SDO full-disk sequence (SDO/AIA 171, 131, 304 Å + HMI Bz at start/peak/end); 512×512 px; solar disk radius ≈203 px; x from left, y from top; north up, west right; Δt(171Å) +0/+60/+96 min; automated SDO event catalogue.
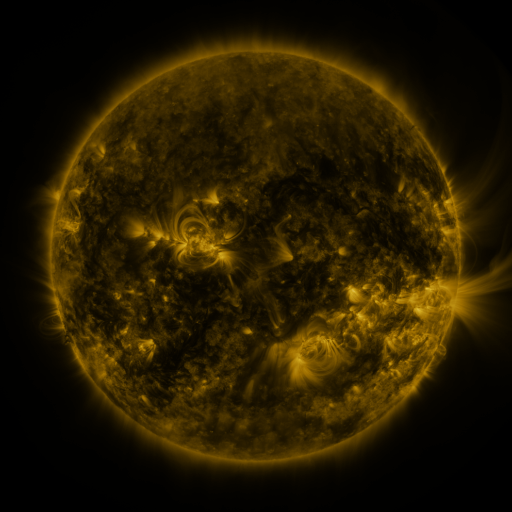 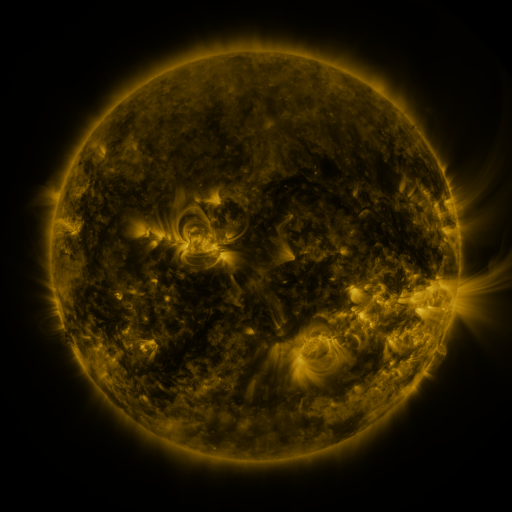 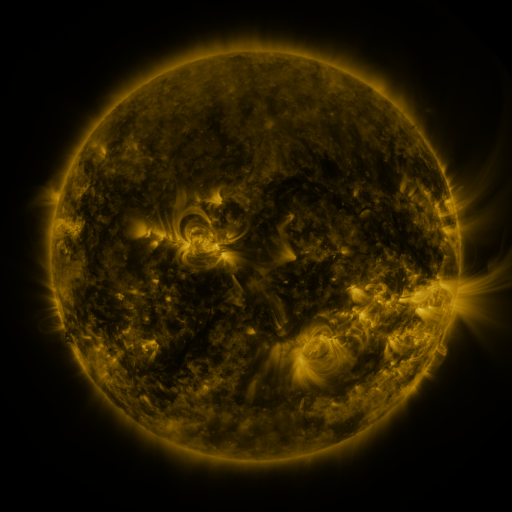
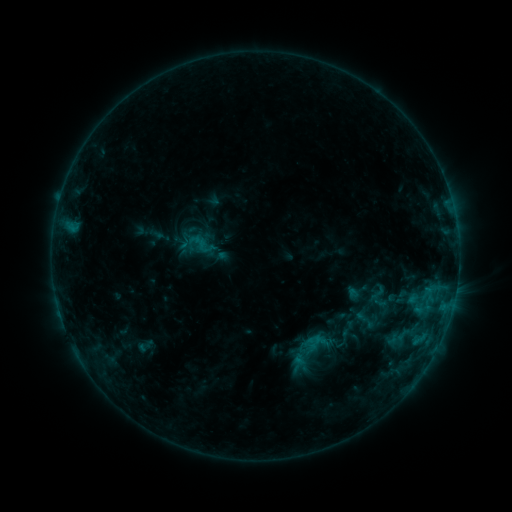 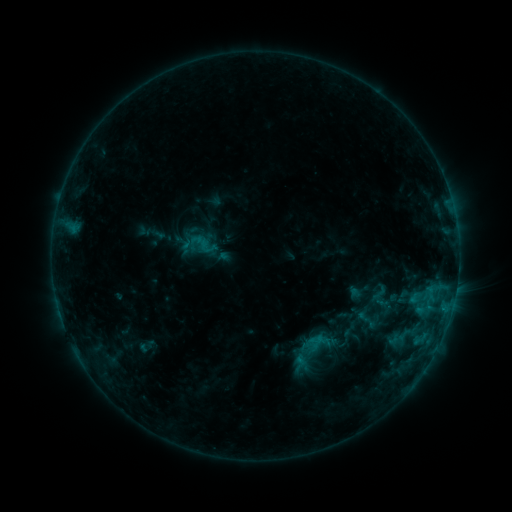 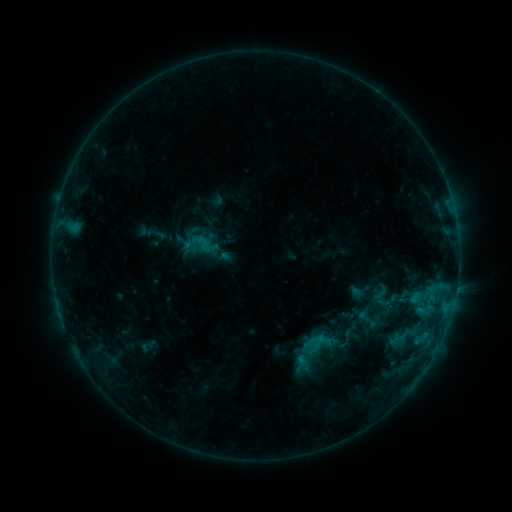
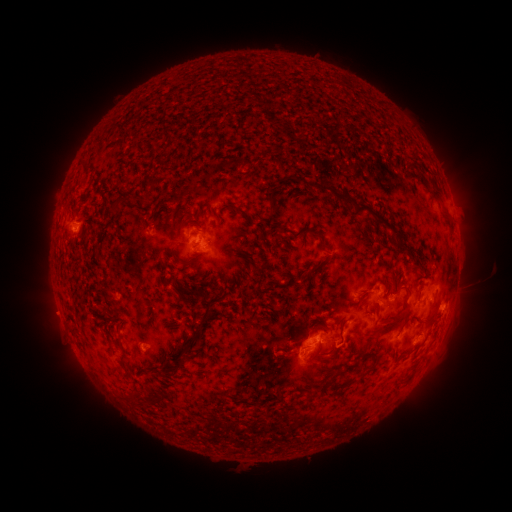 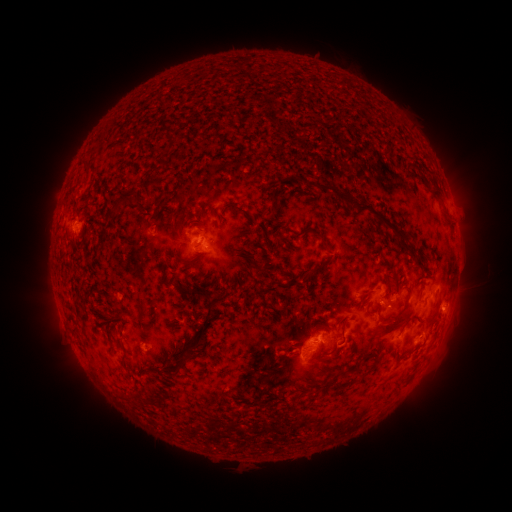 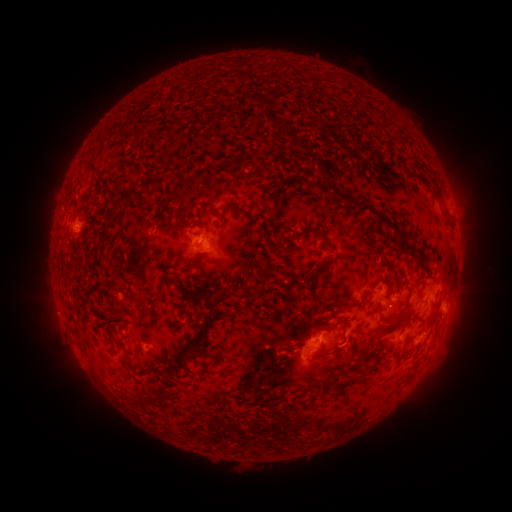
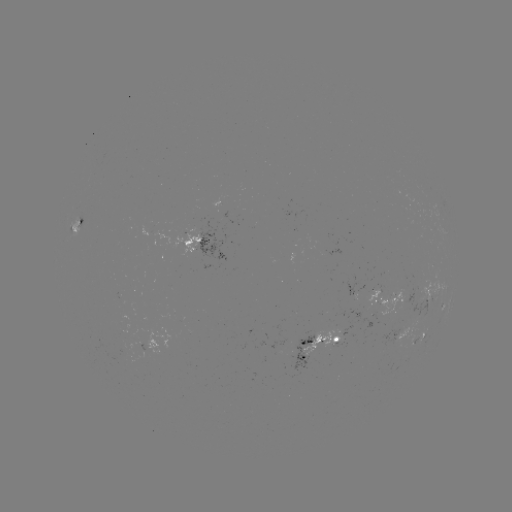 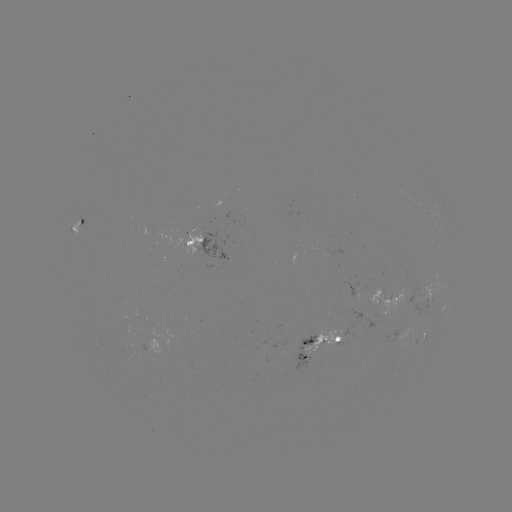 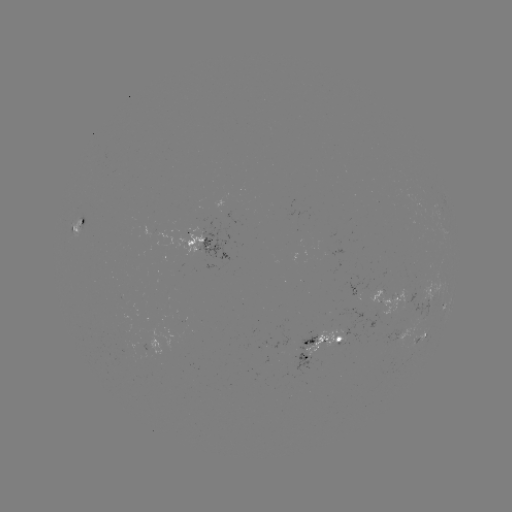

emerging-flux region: [367, 289, 406, 321]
